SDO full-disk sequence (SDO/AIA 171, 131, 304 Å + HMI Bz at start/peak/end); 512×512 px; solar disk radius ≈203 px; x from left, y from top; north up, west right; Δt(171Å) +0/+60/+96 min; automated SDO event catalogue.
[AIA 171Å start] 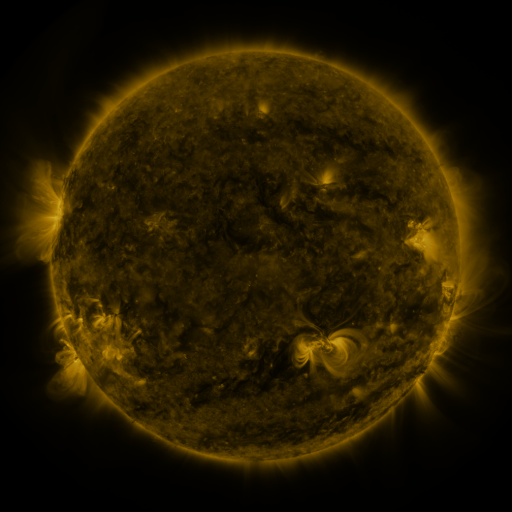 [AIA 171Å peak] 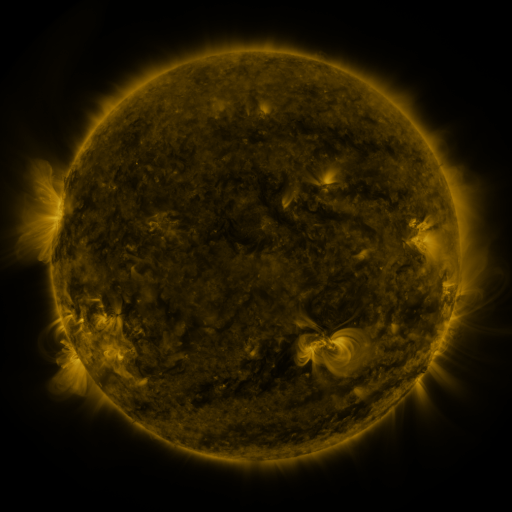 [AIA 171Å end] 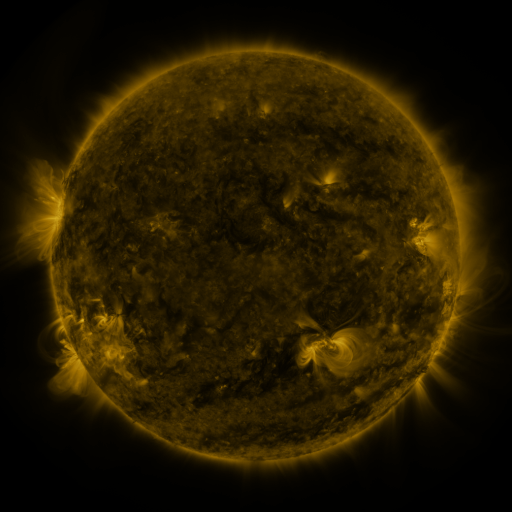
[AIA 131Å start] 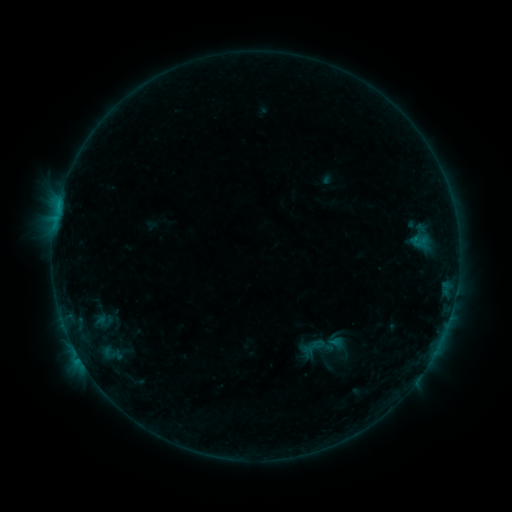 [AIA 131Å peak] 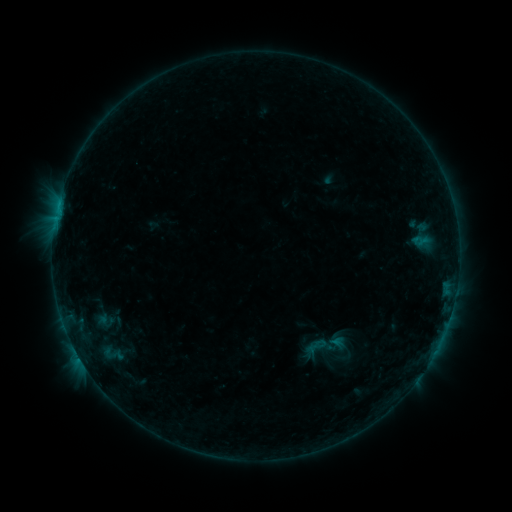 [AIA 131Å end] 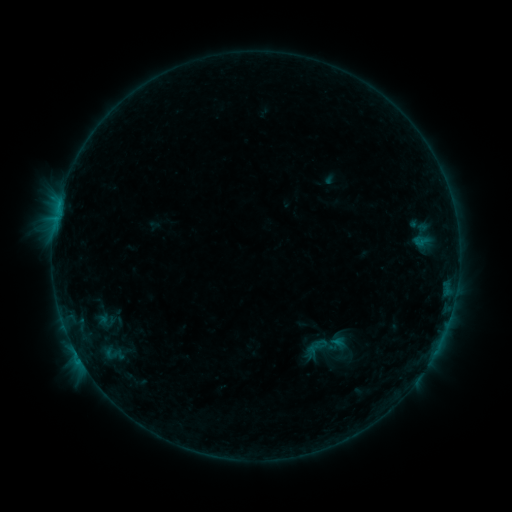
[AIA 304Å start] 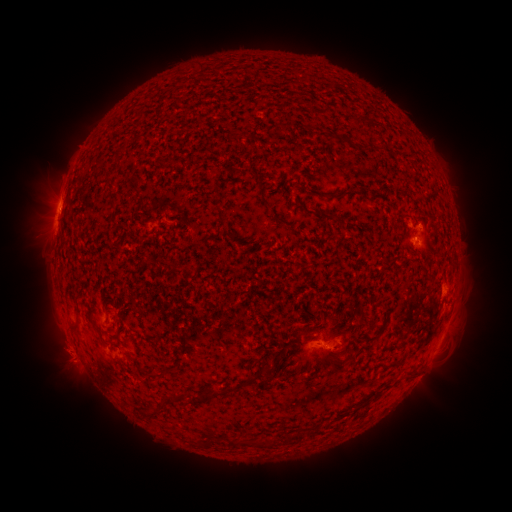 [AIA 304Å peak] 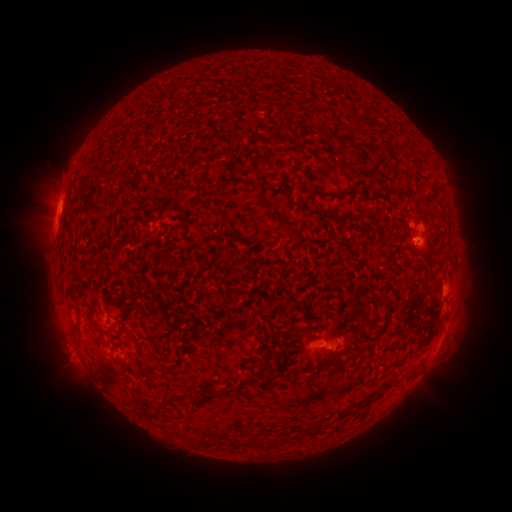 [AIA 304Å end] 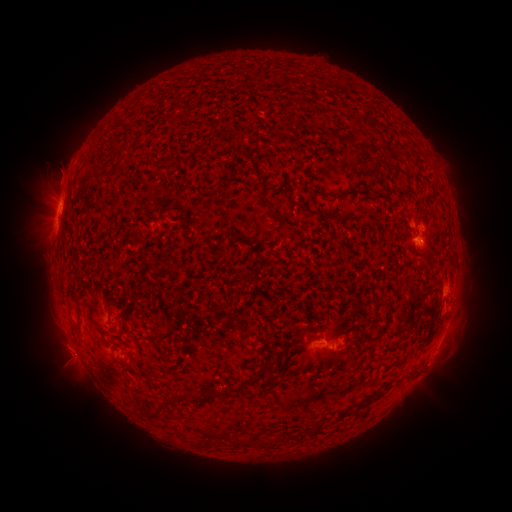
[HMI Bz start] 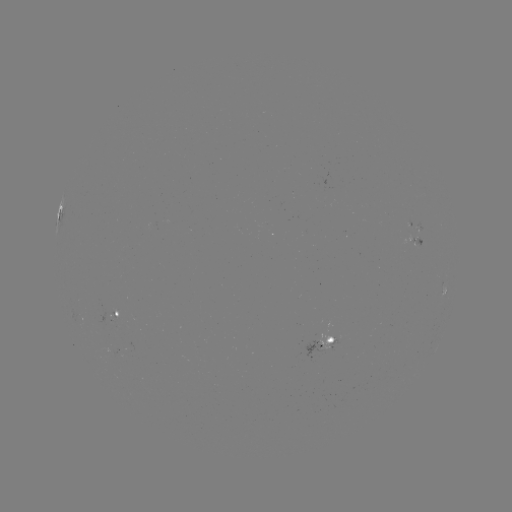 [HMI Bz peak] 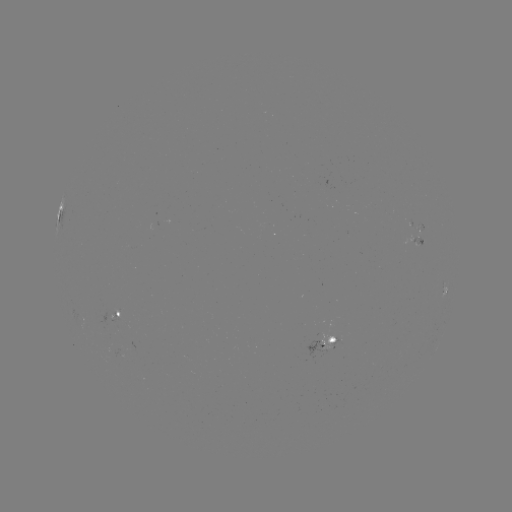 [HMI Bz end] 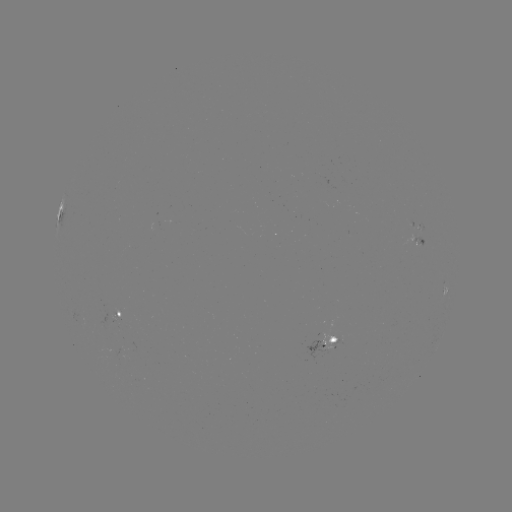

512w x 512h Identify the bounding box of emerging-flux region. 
[412, 226, 421, 240].